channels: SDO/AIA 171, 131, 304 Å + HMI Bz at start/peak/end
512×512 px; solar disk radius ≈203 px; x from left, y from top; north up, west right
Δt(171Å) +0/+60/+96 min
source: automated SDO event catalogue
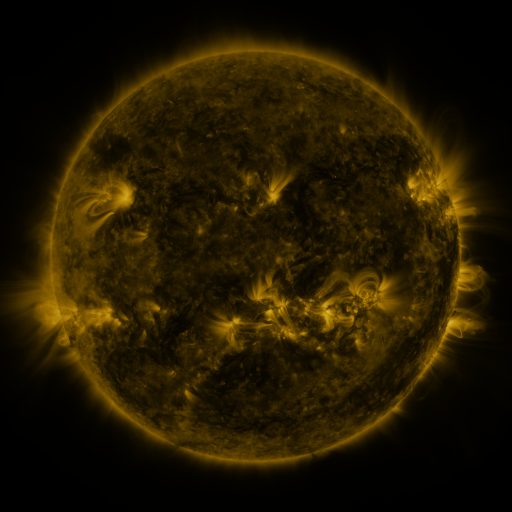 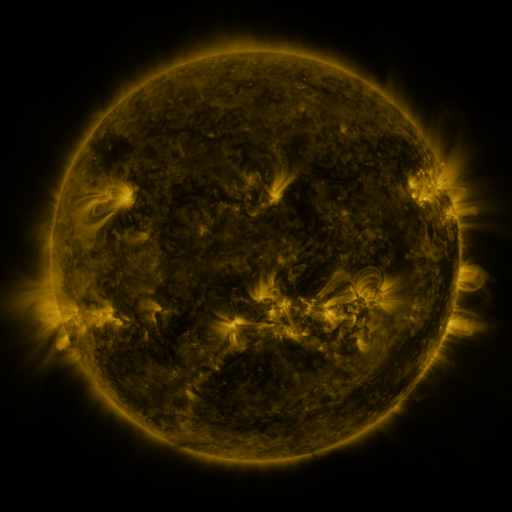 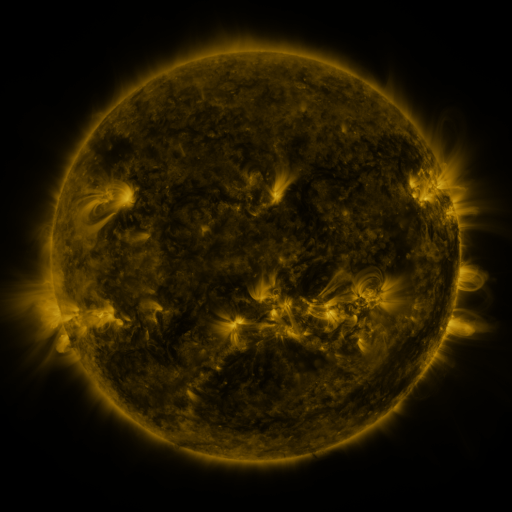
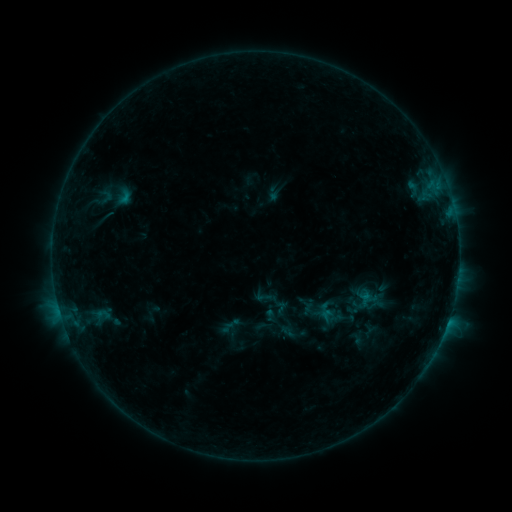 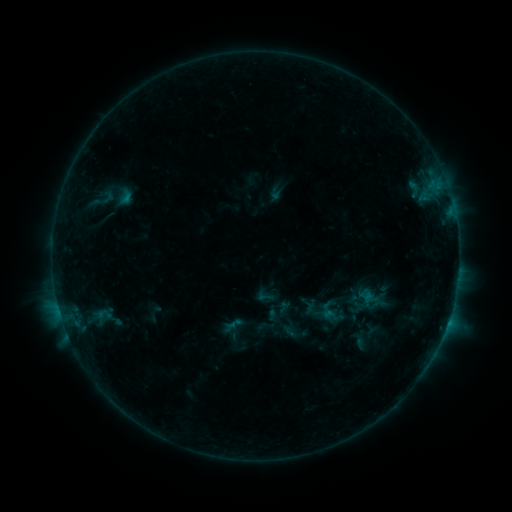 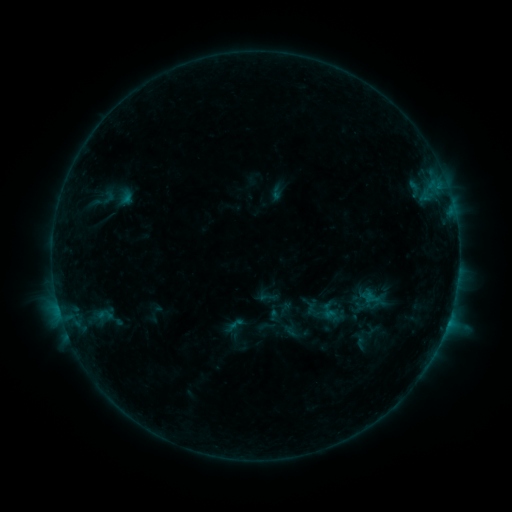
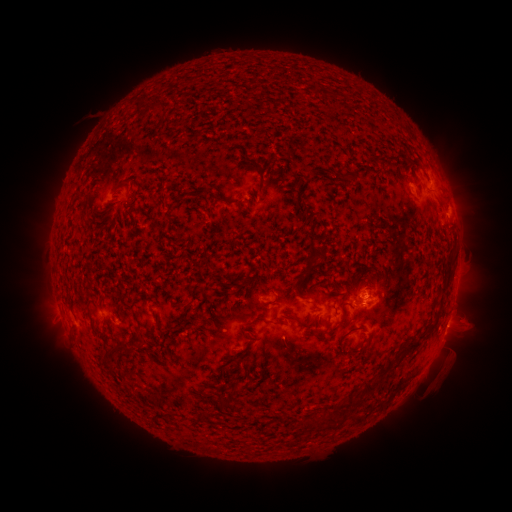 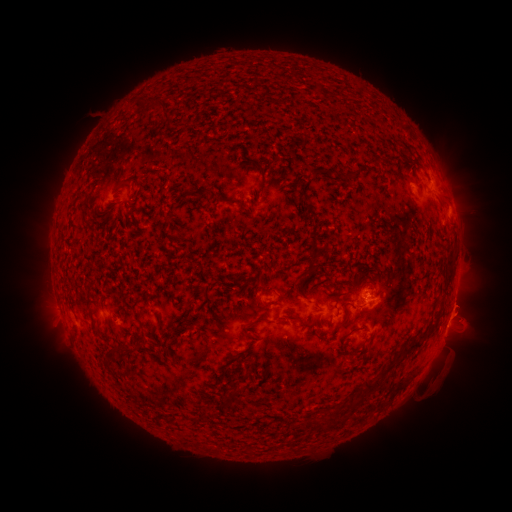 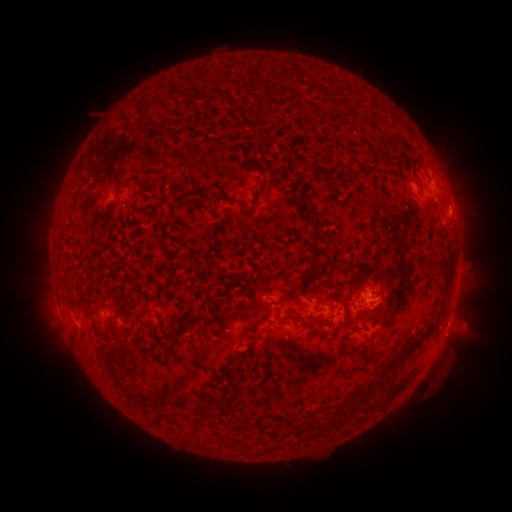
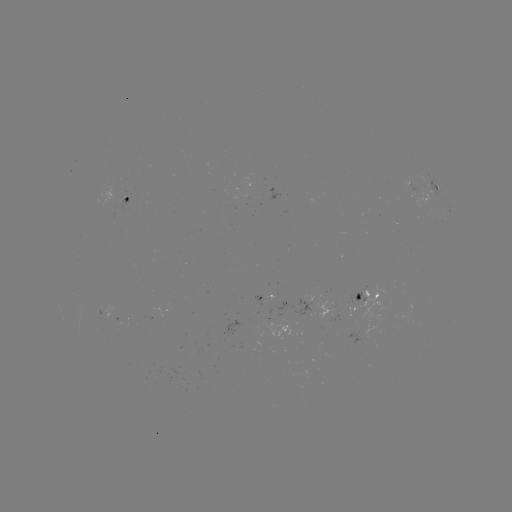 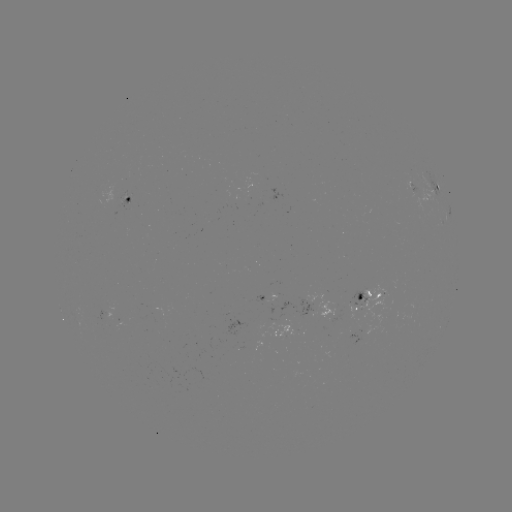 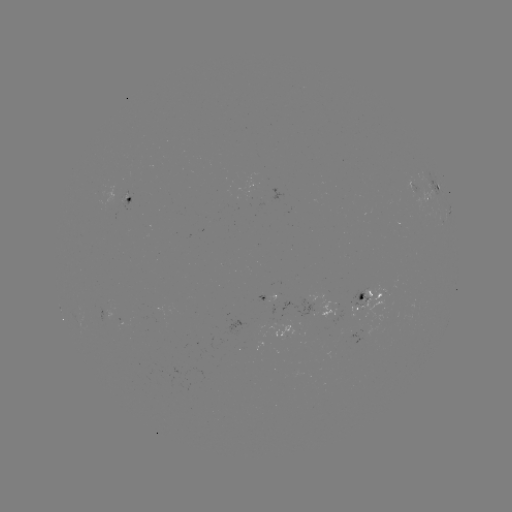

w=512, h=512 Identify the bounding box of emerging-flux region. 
[105, 307, 120, 318].